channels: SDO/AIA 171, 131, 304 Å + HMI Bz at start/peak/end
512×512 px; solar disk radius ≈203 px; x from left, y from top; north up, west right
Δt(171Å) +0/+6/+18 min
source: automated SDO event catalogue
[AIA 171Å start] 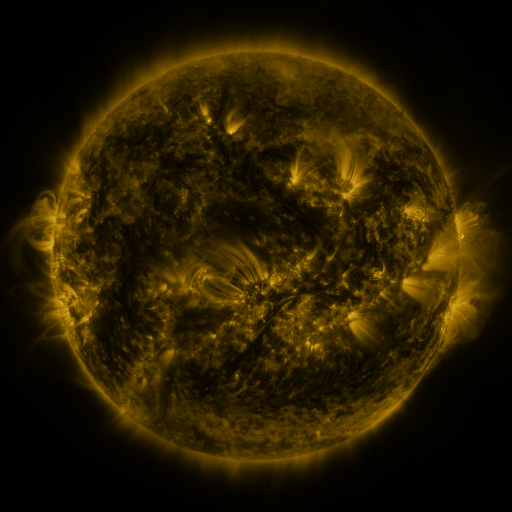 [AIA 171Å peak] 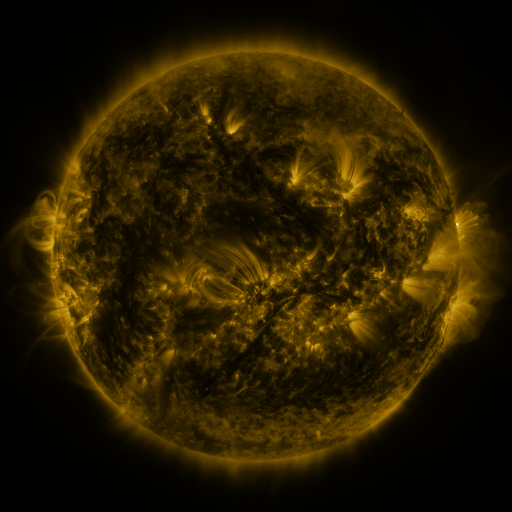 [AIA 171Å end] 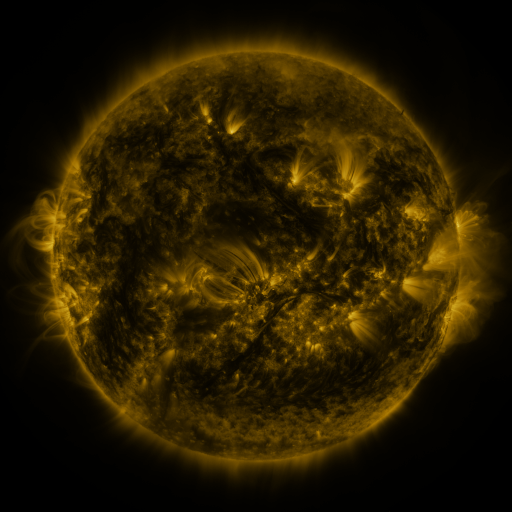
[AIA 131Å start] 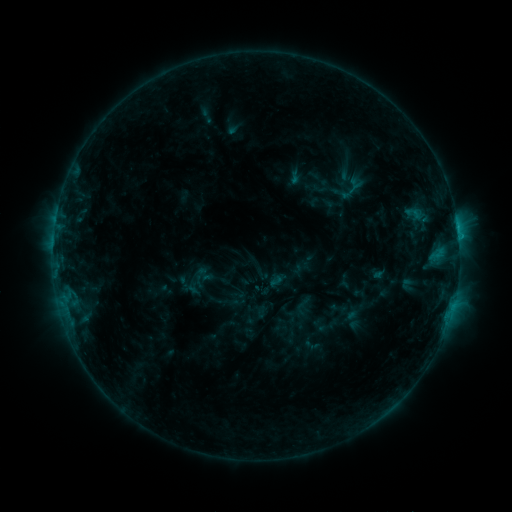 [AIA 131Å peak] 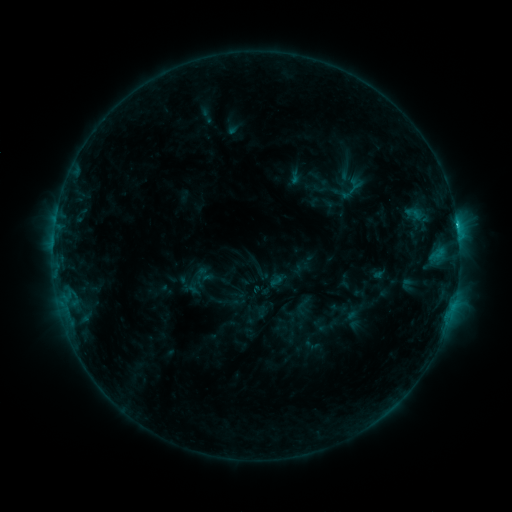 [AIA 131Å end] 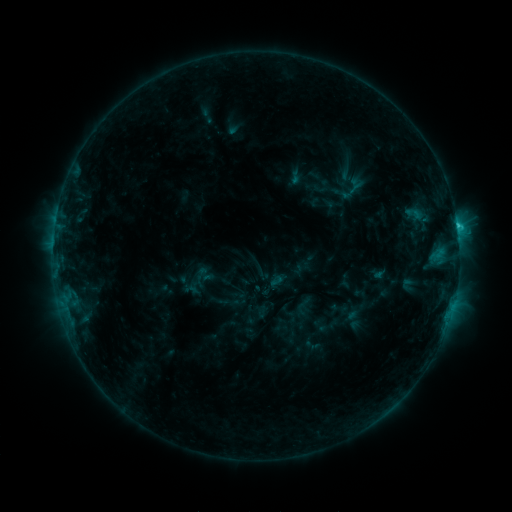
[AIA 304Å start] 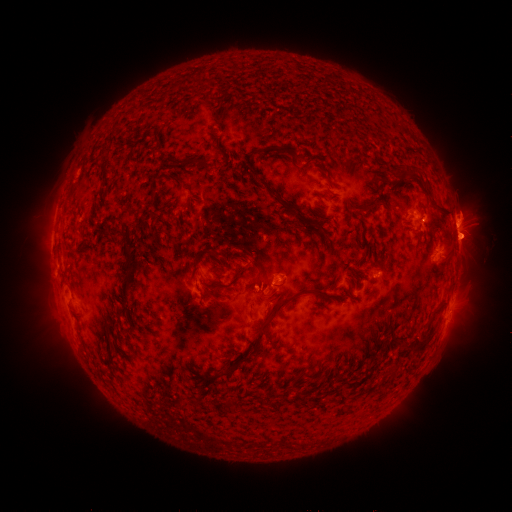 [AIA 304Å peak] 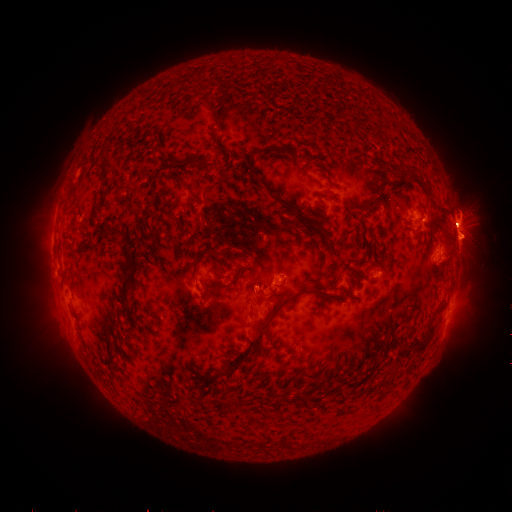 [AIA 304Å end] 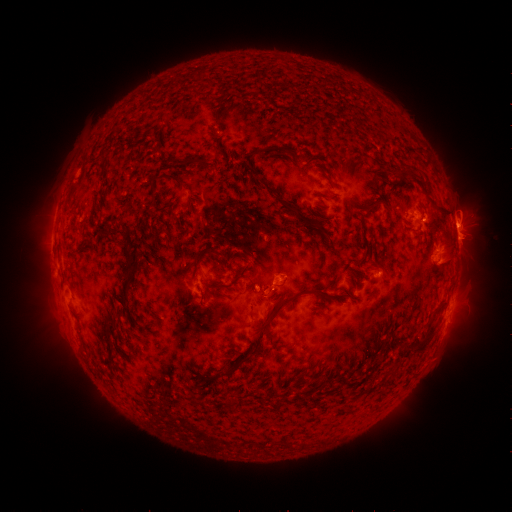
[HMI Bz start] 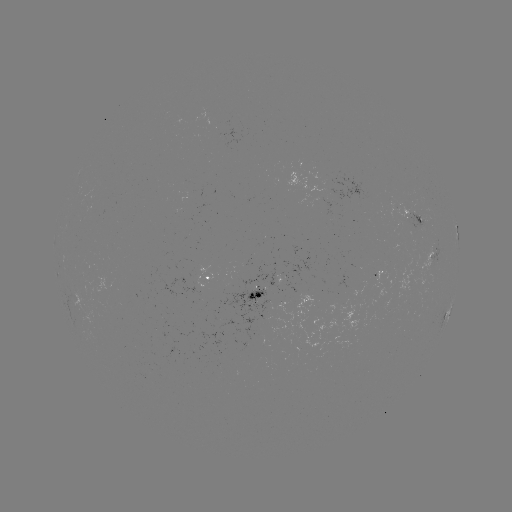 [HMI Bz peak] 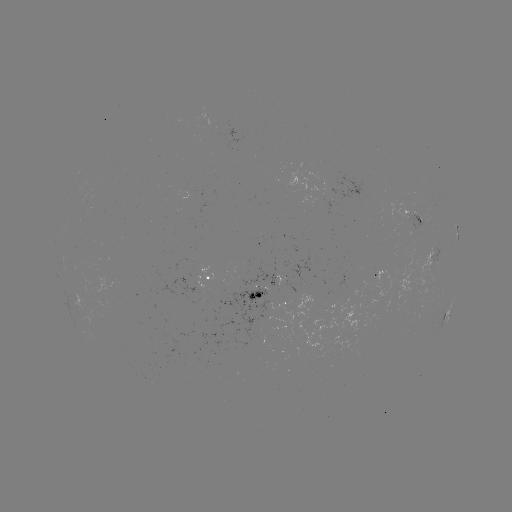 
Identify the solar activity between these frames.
C2.6 flare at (457, 227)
